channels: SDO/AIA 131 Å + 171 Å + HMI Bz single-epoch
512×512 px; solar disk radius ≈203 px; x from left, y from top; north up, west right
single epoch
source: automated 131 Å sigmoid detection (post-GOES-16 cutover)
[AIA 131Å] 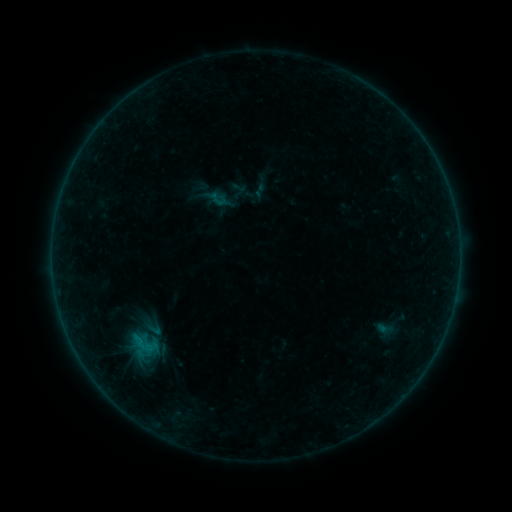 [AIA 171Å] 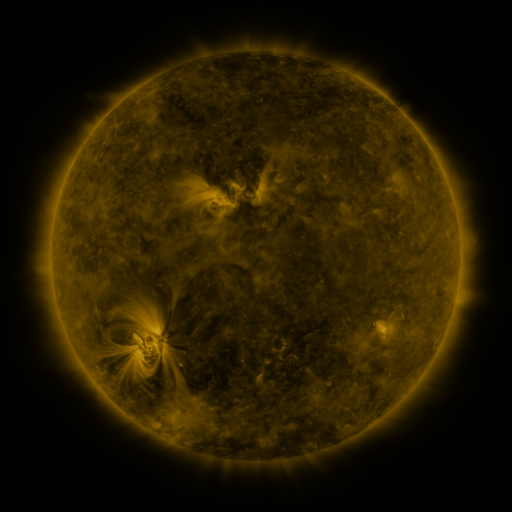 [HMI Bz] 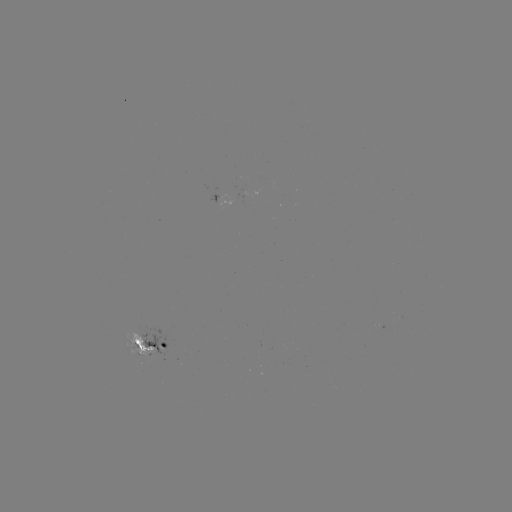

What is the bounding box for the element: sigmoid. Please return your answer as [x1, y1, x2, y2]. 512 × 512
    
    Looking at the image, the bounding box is [142, 320, 166, 339].